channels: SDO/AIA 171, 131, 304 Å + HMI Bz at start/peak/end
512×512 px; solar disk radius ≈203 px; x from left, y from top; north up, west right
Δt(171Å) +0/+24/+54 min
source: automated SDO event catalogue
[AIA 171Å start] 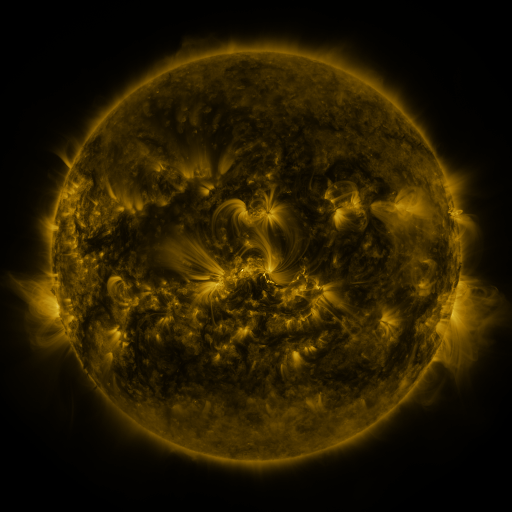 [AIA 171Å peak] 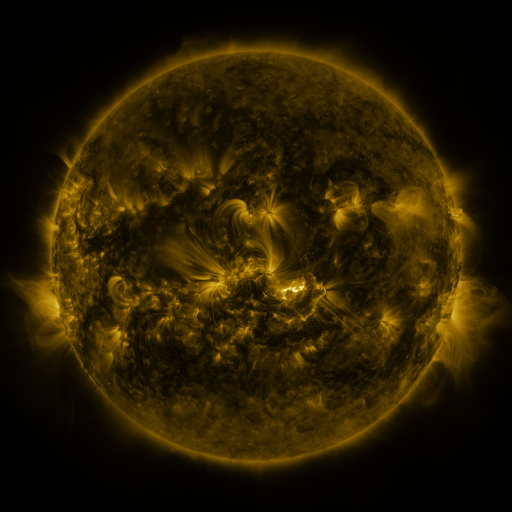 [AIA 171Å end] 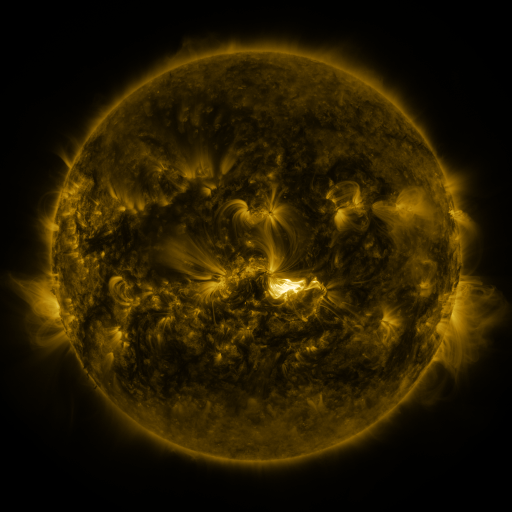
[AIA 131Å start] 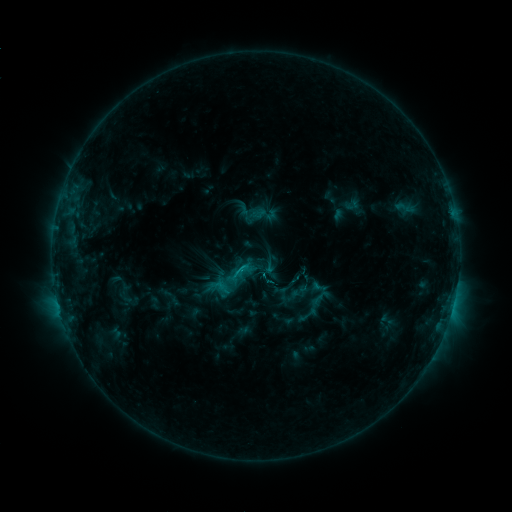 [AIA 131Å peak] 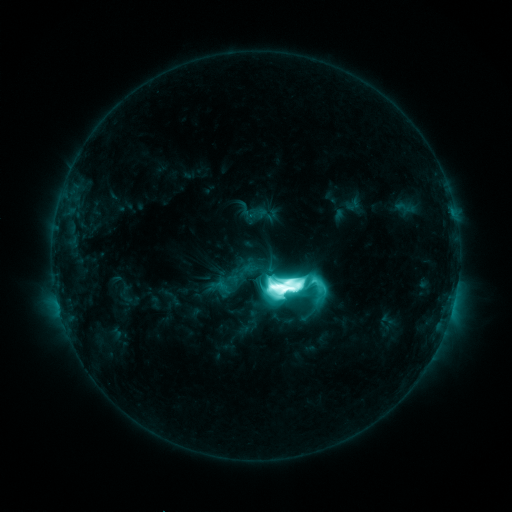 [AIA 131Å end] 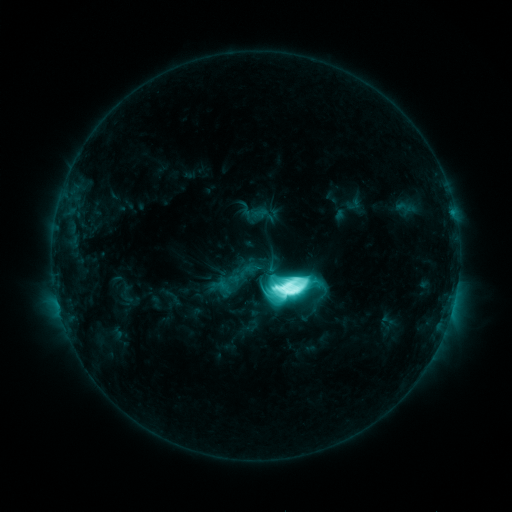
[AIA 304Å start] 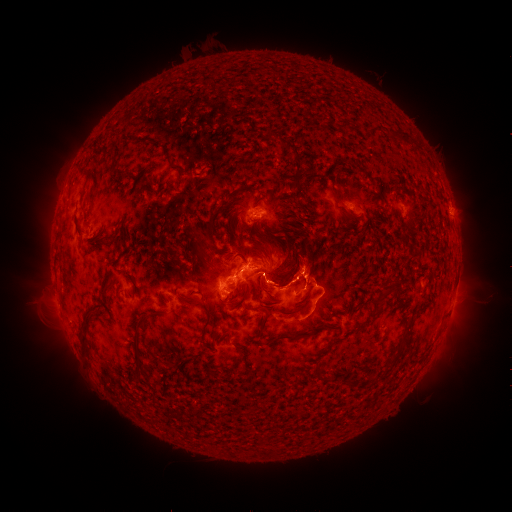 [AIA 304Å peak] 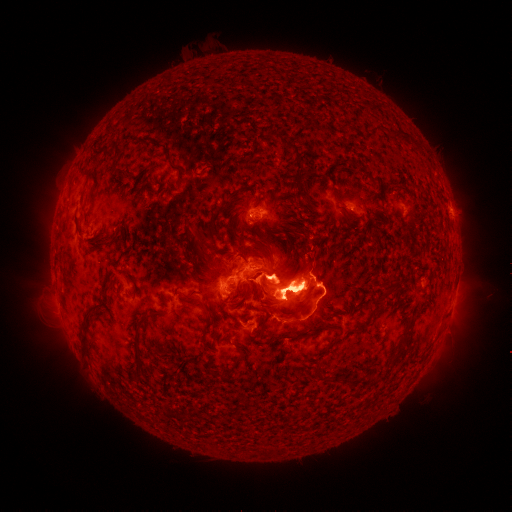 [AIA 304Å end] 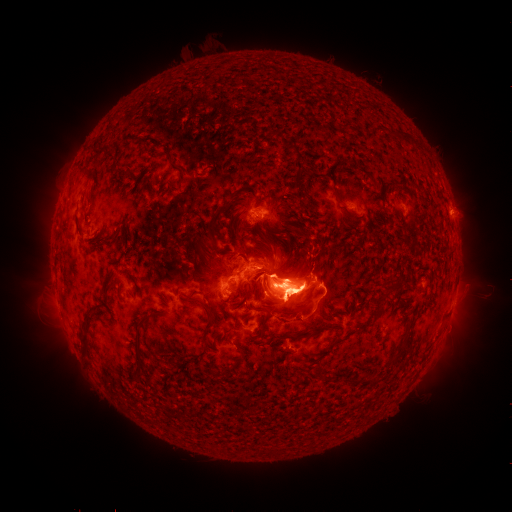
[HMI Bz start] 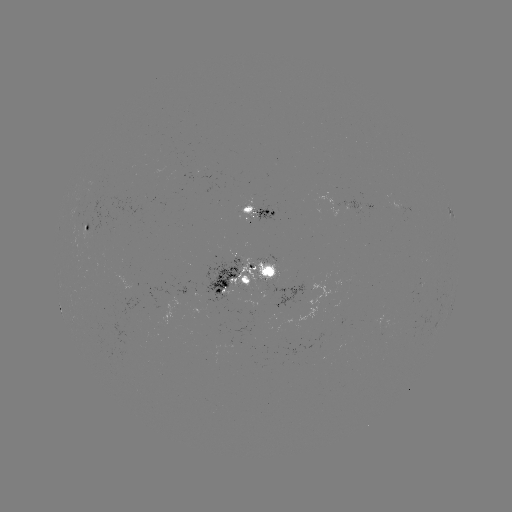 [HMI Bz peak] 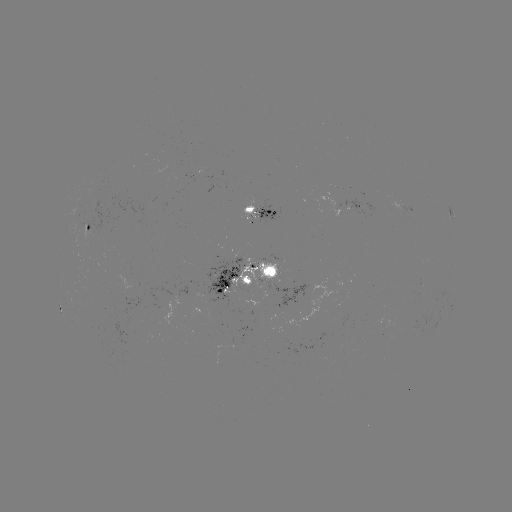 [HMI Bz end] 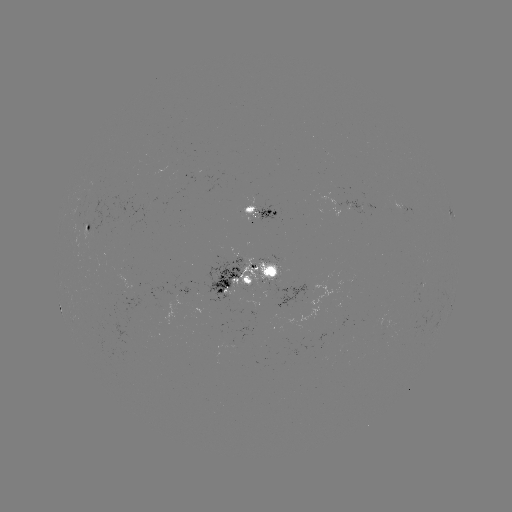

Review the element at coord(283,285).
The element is X1.2 flare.